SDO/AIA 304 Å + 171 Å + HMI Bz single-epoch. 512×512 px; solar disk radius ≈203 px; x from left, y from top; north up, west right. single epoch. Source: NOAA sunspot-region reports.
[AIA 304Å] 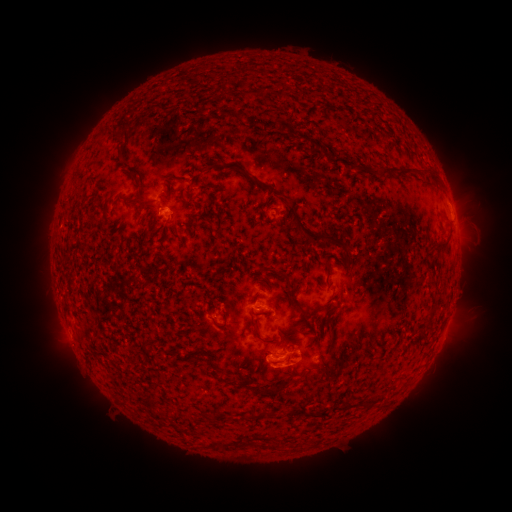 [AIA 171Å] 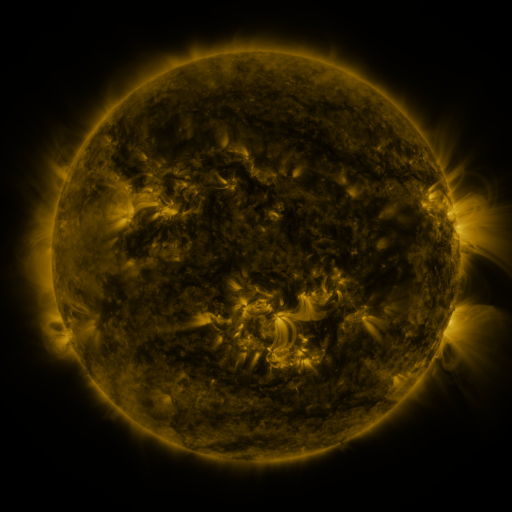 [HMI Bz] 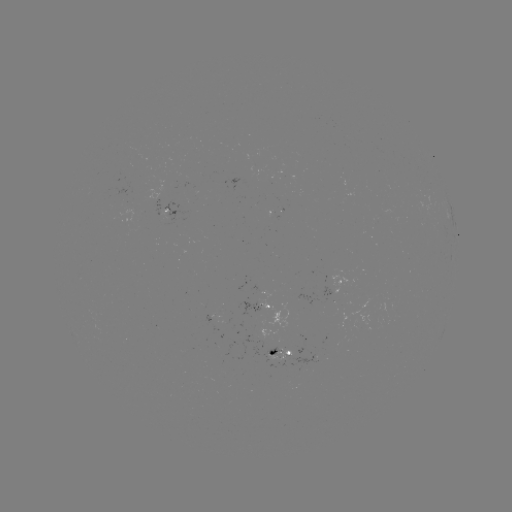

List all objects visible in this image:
spotted active region: (168, 211)
spotted active region: (344, 282)
spotted active region: (262, 306)
spotted active region: (280, 356)
